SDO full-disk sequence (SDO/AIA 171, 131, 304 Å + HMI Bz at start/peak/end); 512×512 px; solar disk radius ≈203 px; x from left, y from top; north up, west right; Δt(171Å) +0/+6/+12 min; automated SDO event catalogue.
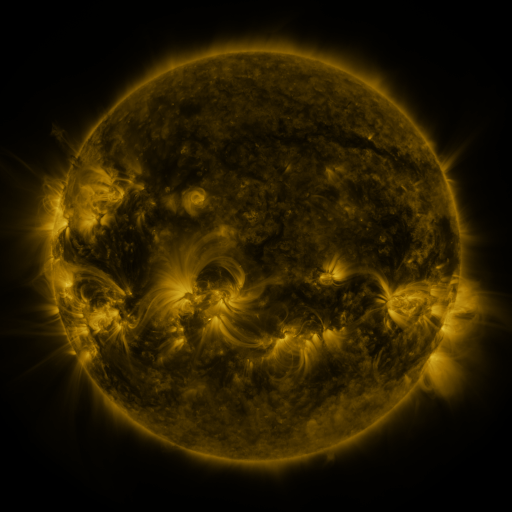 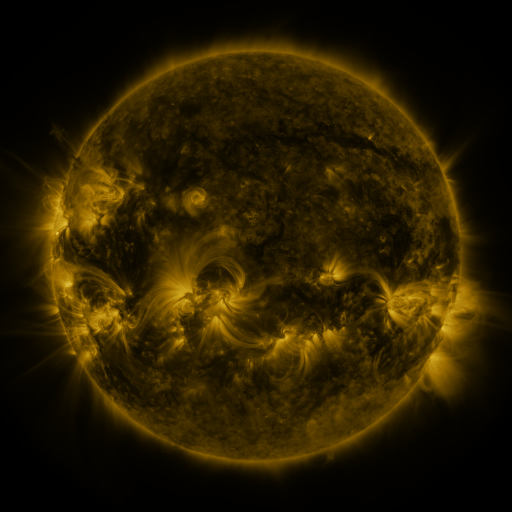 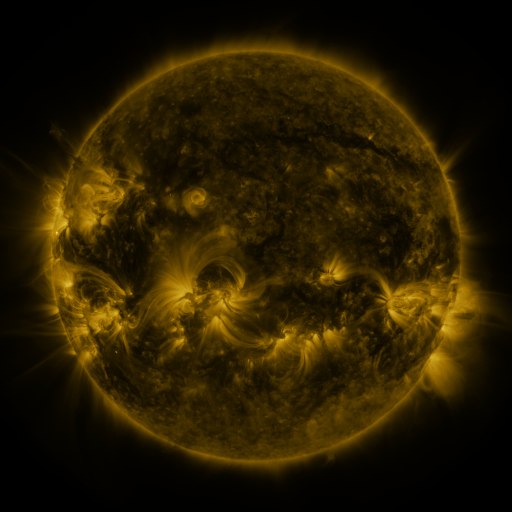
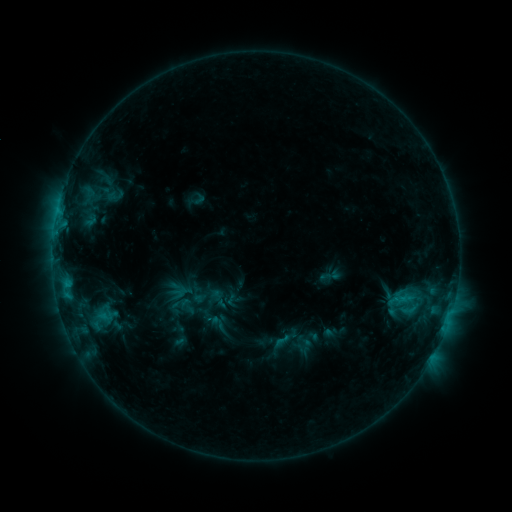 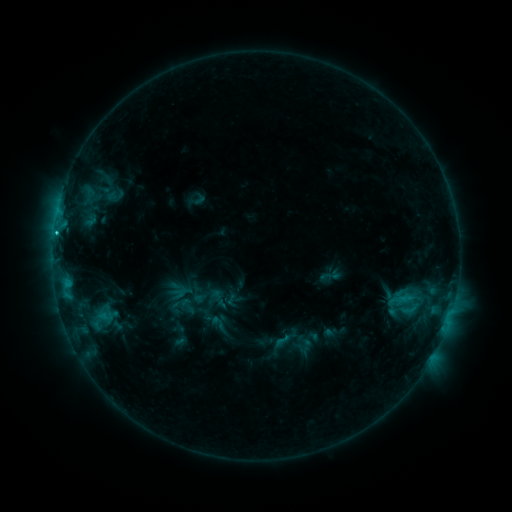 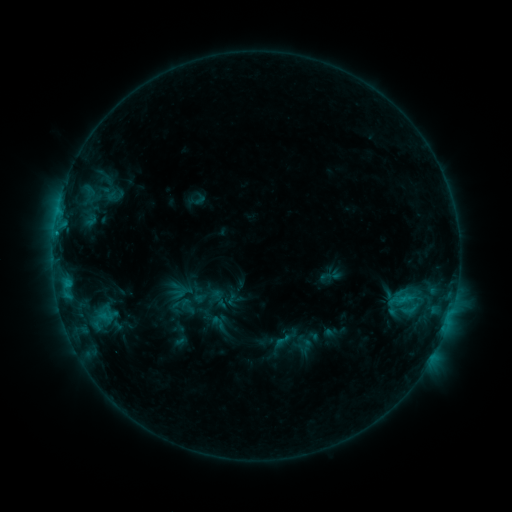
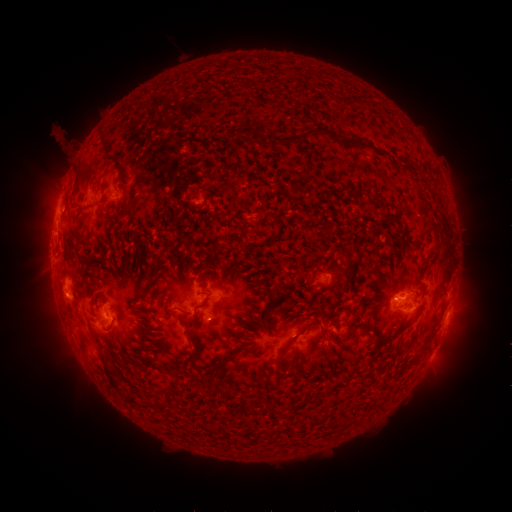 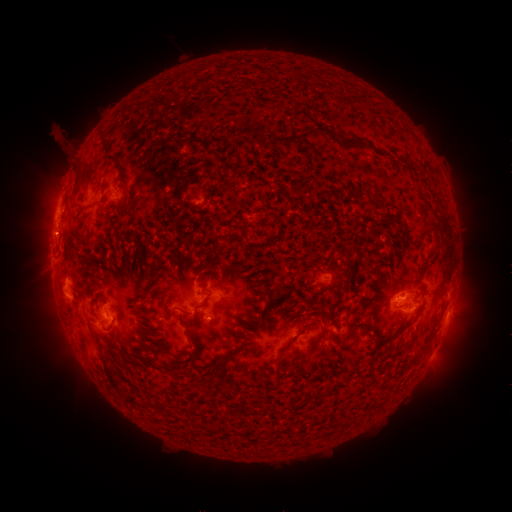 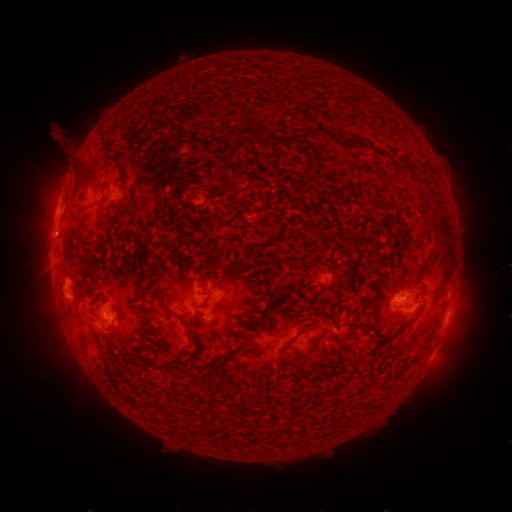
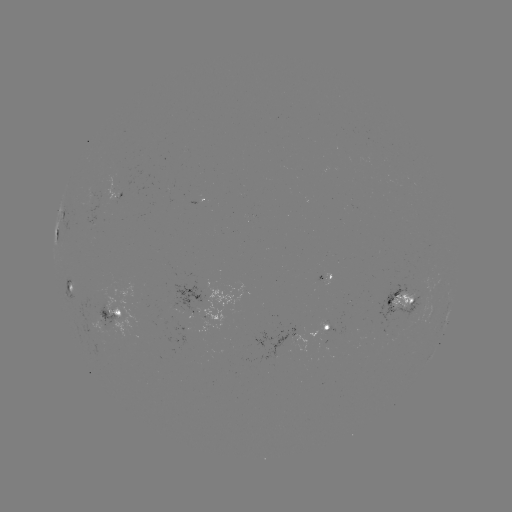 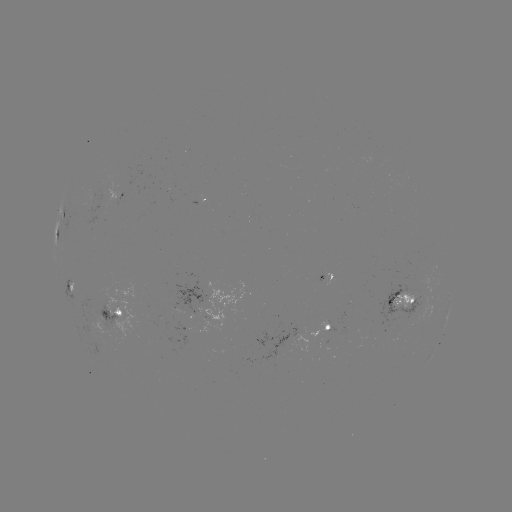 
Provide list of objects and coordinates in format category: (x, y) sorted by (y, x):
C1.9 flare: (56, 234)
